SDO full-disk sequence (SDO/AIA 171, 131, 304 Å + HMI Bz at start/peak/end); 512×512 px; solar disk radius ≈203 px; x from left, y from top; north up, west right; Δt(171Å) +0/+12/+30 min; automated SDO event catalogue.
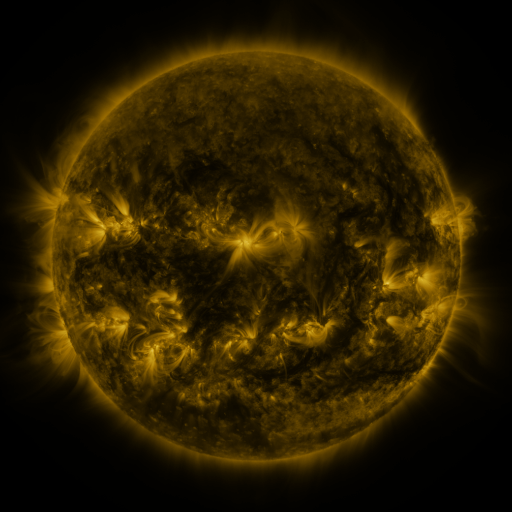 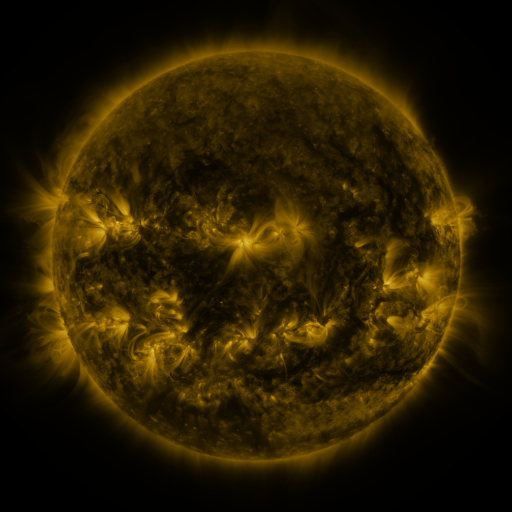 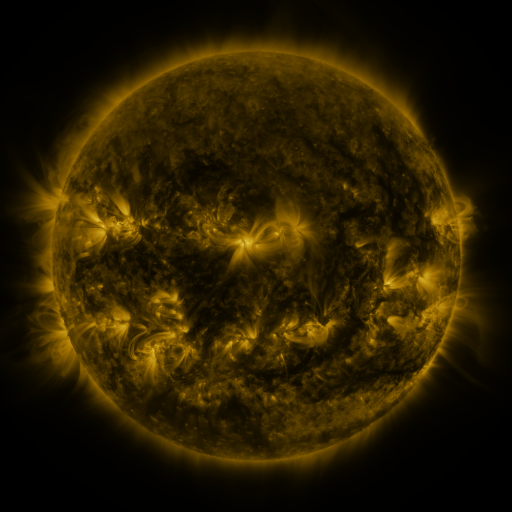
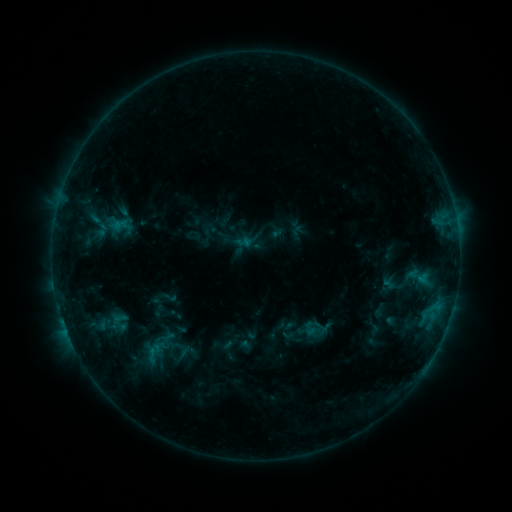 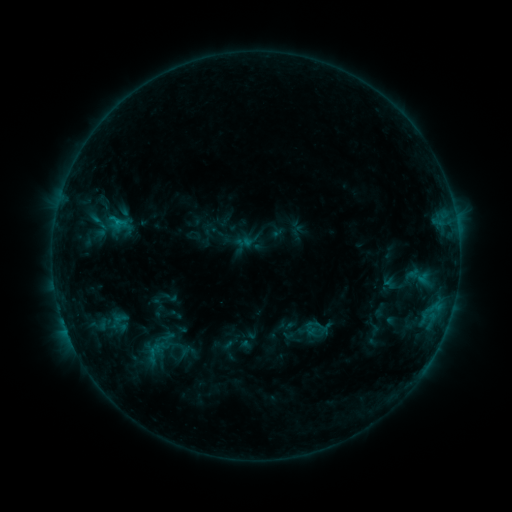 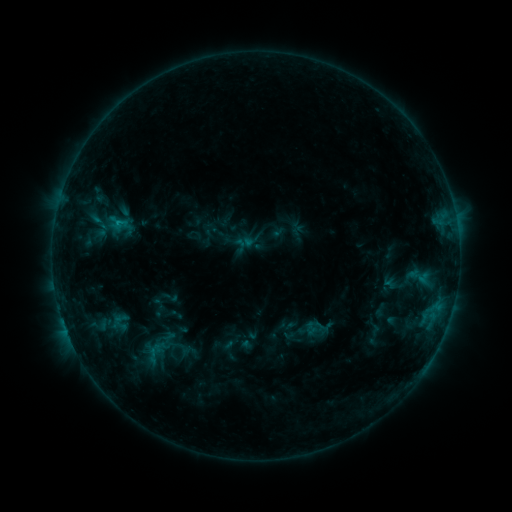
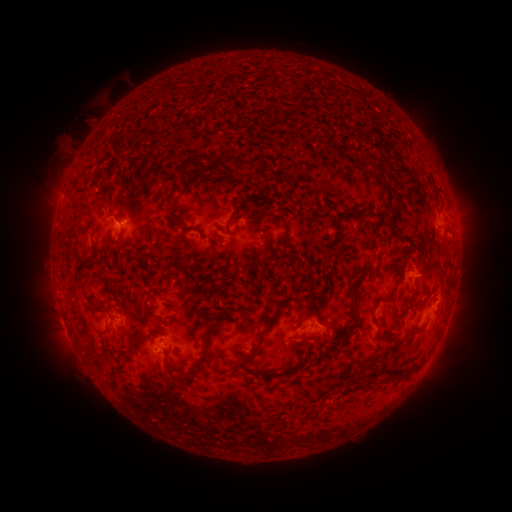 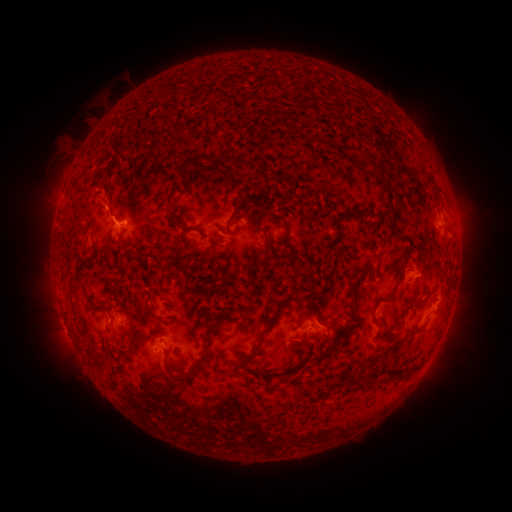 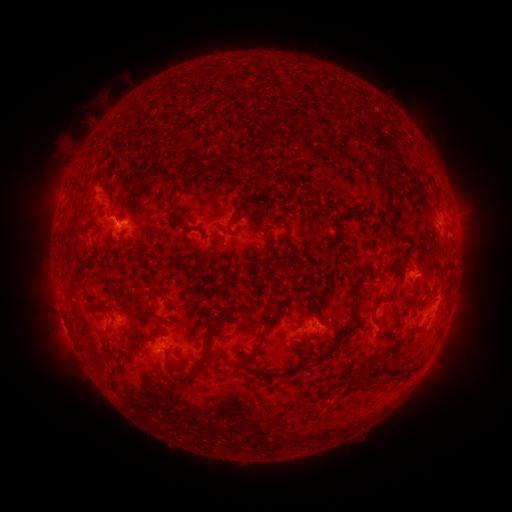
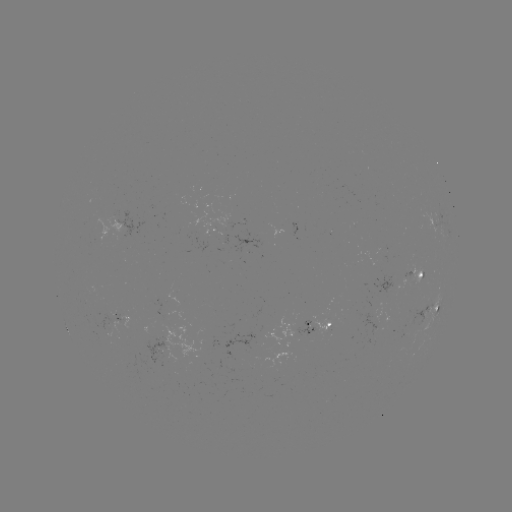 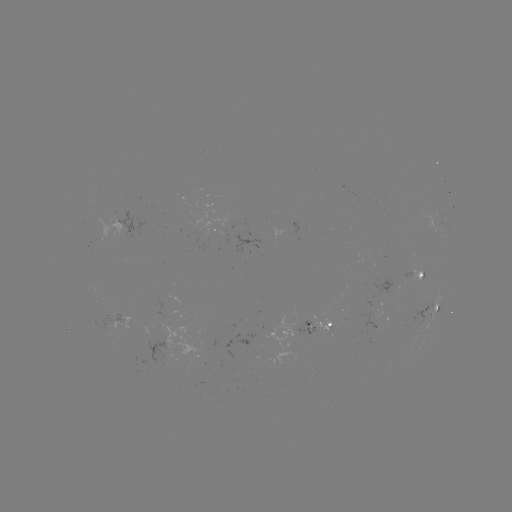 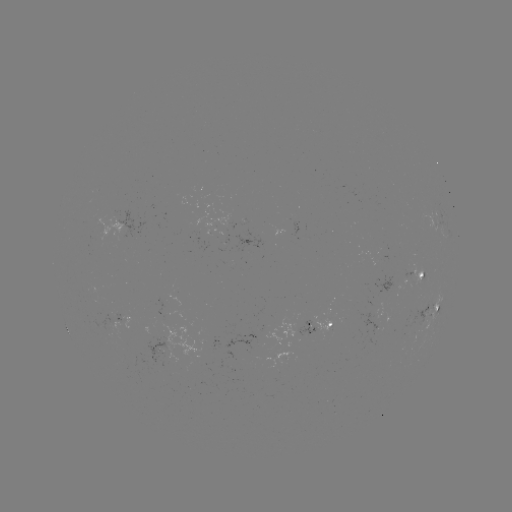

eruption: (84, 179, 141, 248)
